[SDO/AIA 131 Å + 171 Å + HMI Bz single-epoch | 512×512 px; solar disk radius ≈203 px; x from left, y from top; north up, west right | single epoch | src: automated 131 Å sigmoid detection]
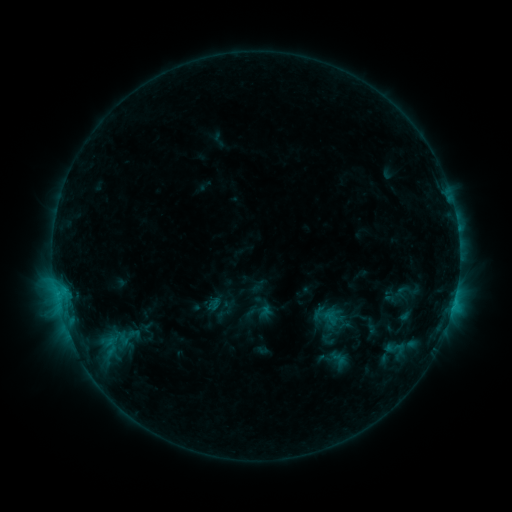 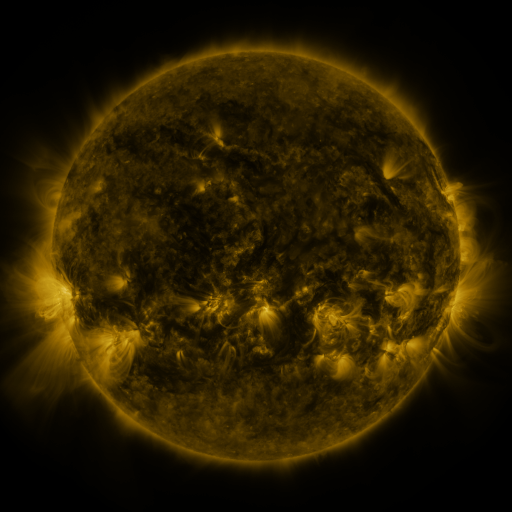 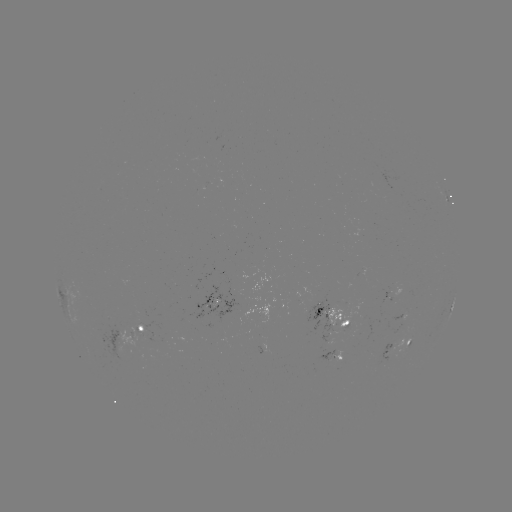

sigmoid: [106, 323, 148, 350]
